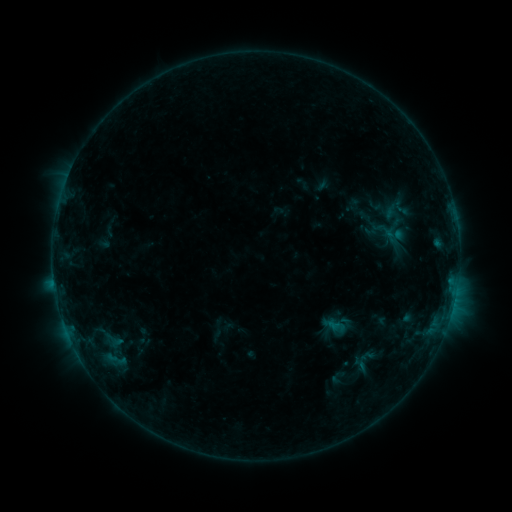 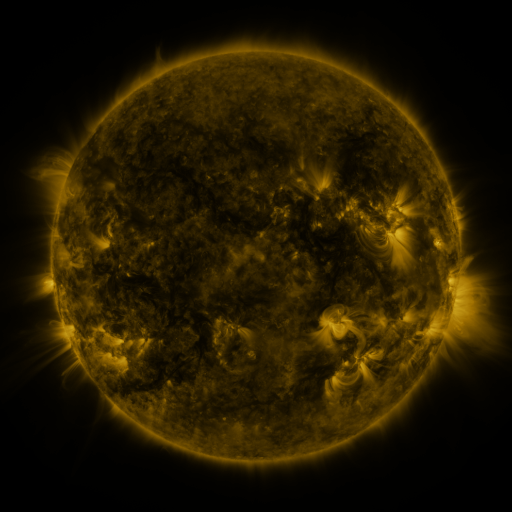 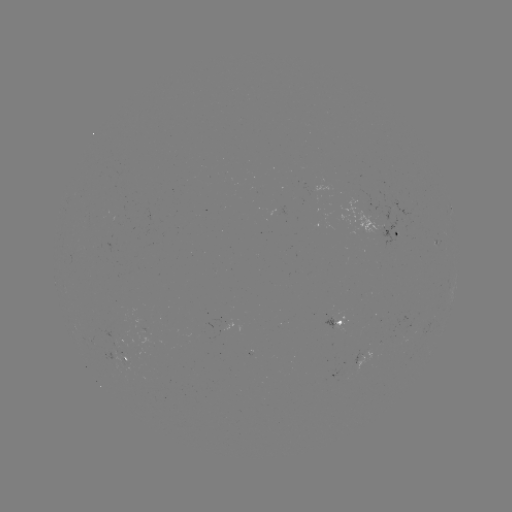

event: sigmoid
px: (401, 208)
